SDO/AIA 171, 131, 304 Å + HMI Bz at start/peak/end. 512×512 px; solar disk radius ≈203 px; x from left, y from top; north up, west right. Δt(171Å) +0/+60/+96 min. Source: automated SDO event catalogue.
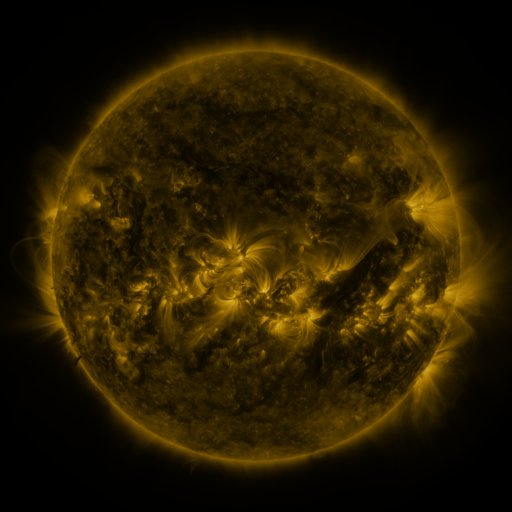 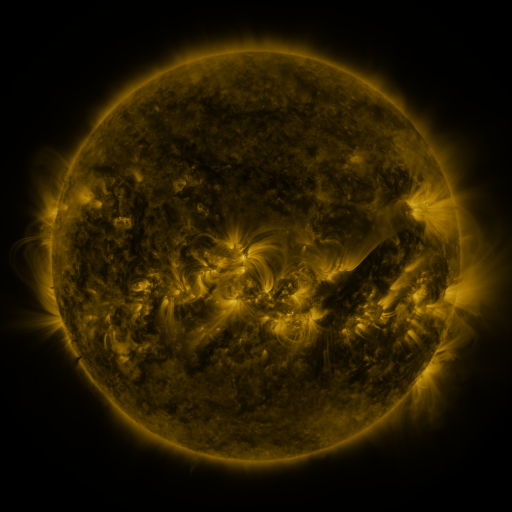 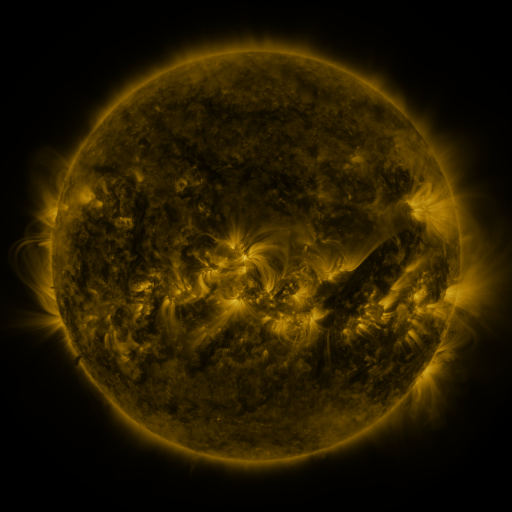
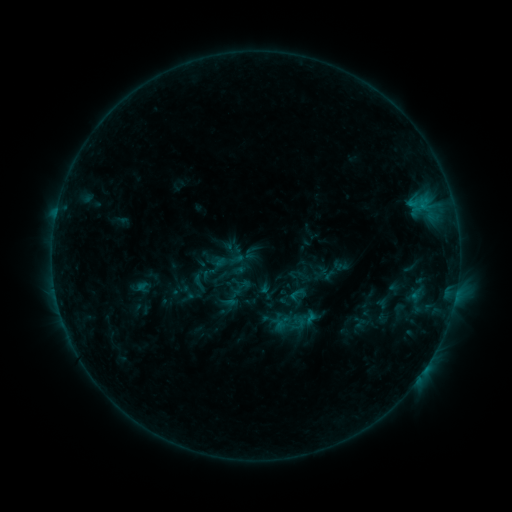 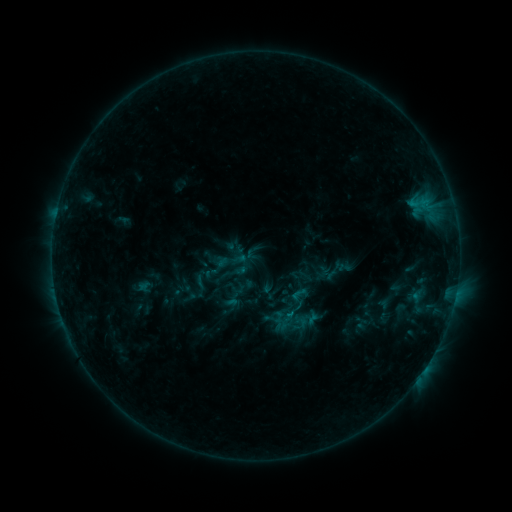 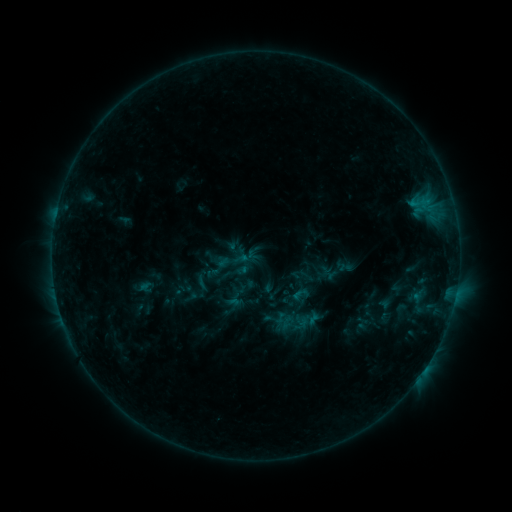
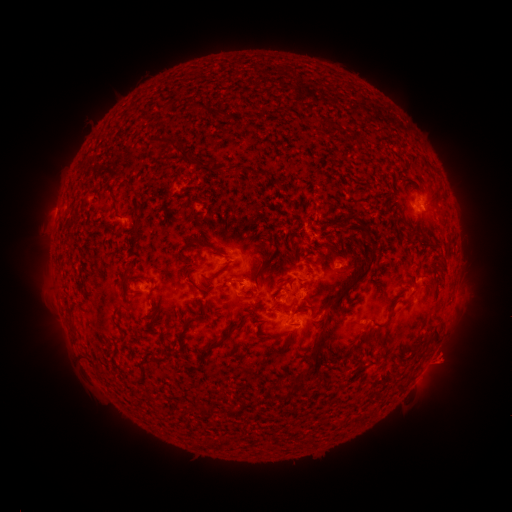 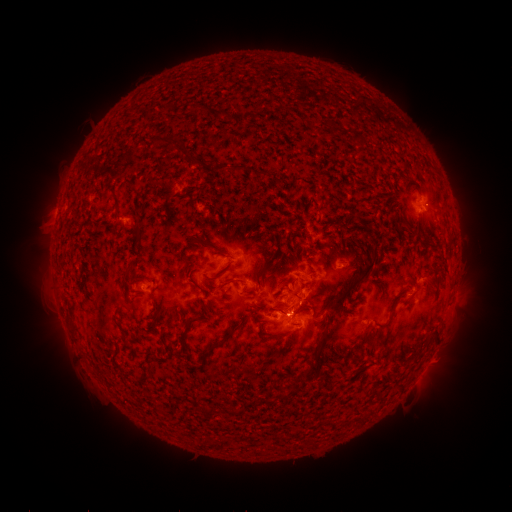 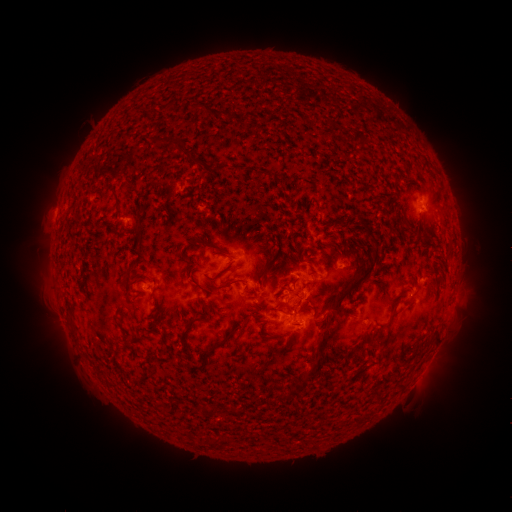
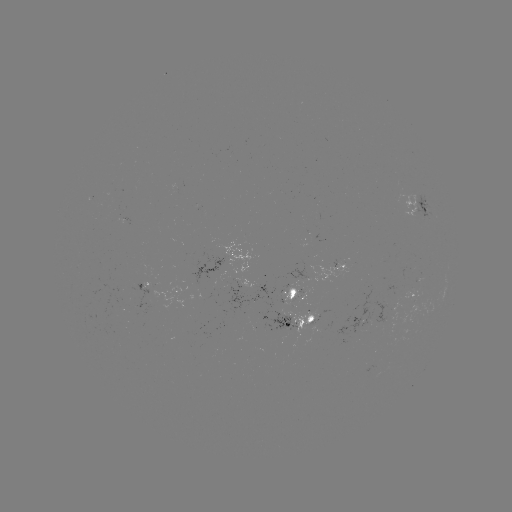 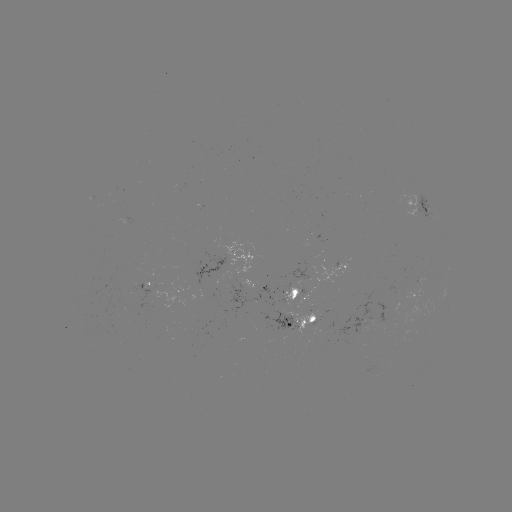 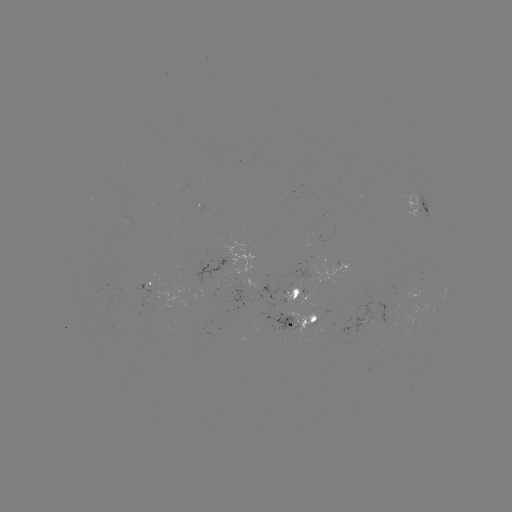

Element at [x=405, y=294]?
emerging-flux region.